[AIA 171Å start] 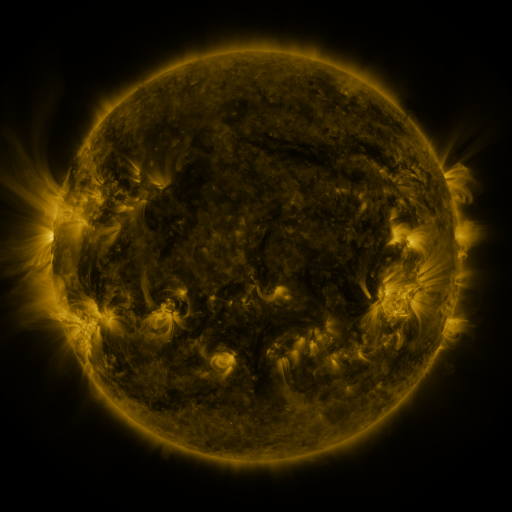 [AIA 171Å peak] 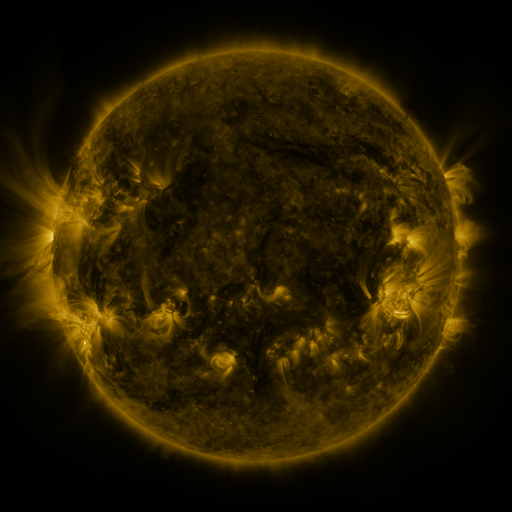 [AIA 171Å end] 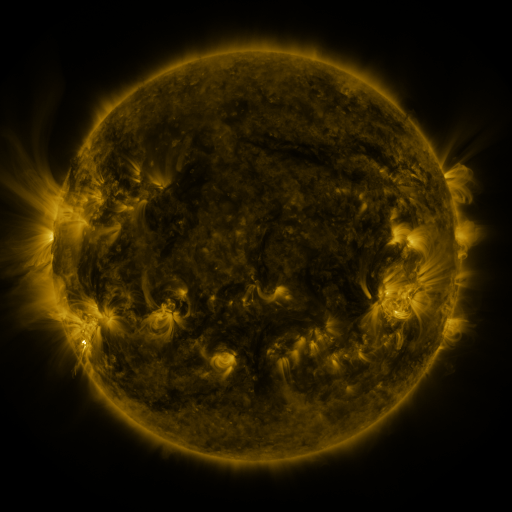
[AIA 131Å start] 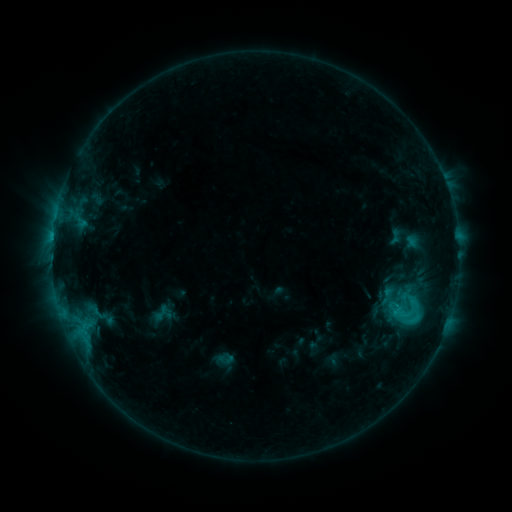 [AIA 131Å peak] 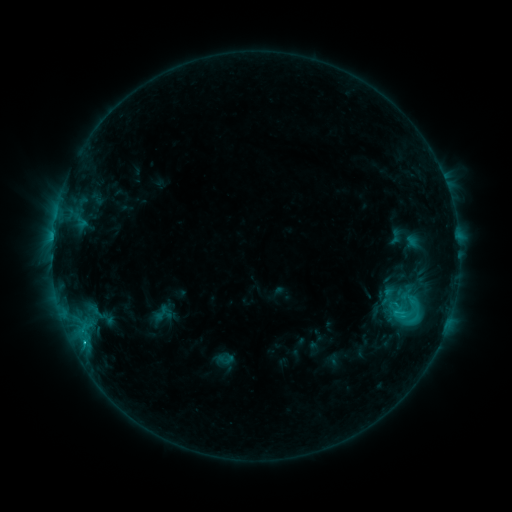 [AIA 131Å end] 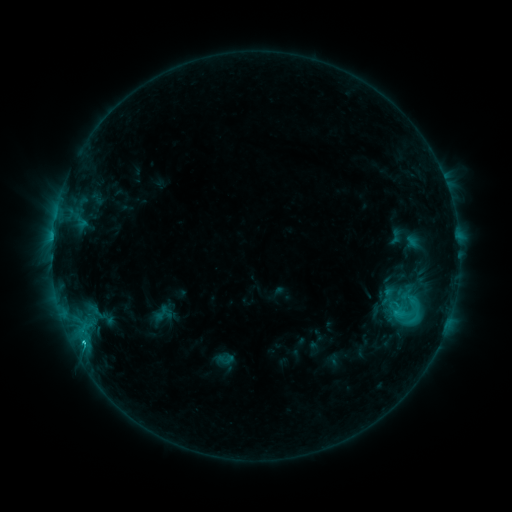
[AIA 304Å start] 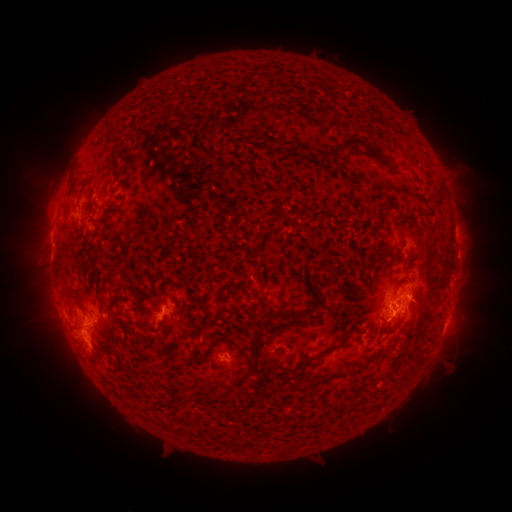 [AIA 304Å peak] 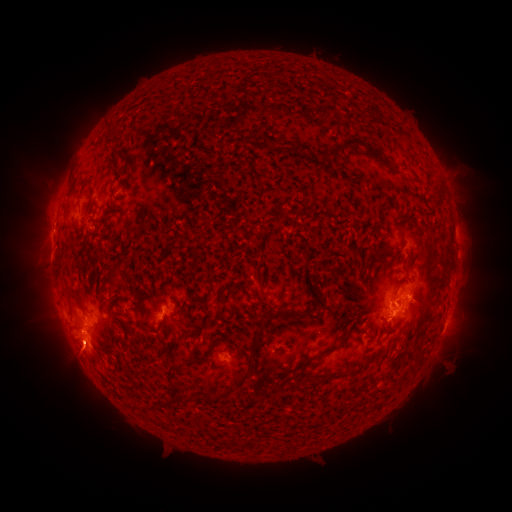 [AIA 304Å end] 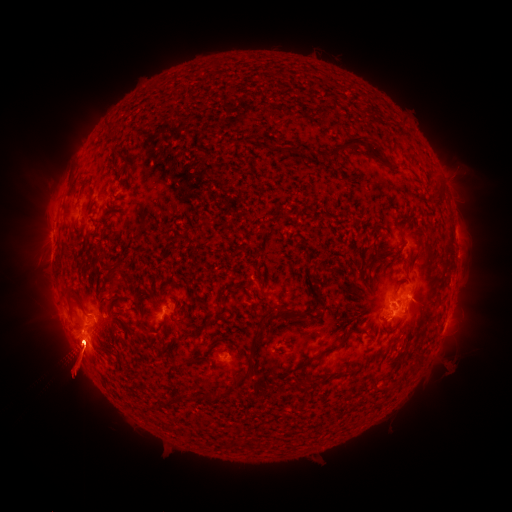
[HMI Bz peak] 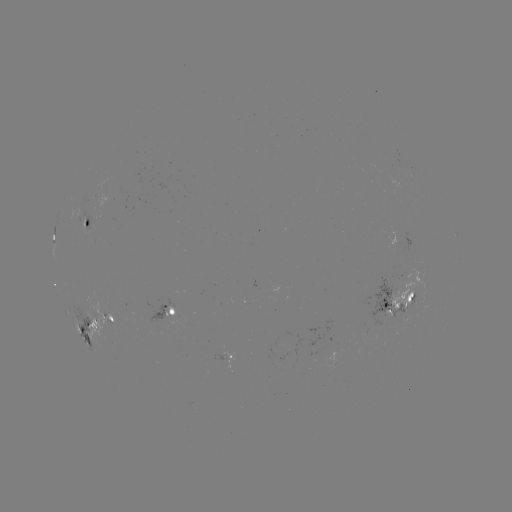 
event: flare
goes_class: C3.2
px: (84, 342)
